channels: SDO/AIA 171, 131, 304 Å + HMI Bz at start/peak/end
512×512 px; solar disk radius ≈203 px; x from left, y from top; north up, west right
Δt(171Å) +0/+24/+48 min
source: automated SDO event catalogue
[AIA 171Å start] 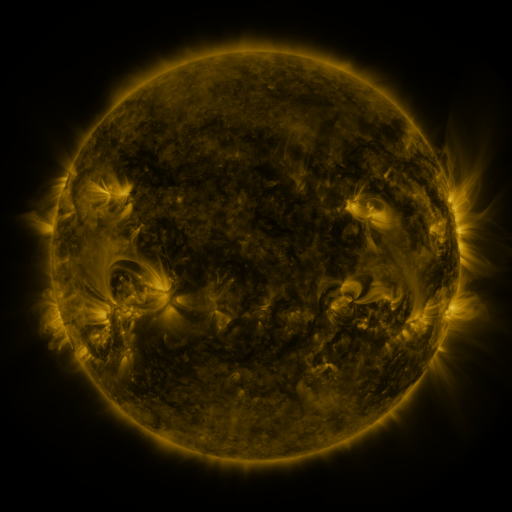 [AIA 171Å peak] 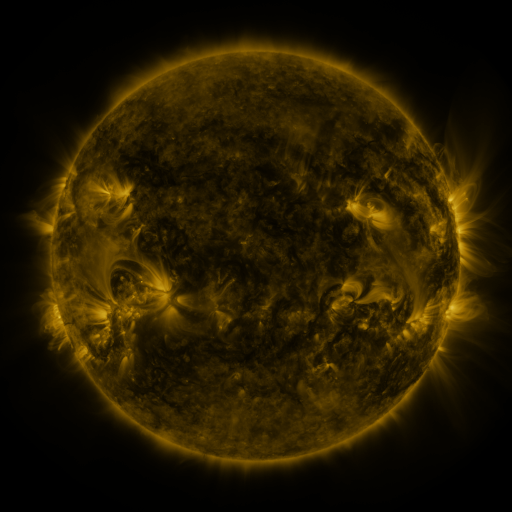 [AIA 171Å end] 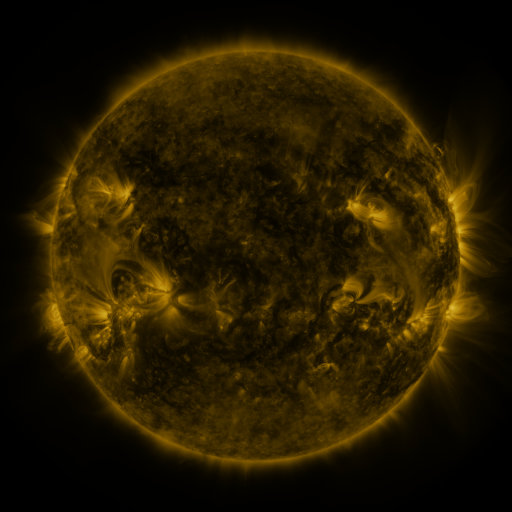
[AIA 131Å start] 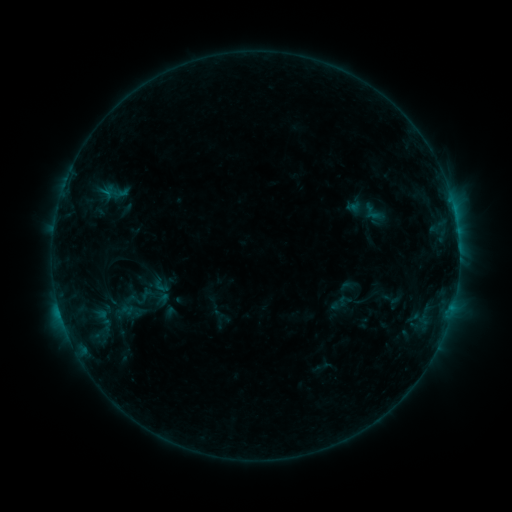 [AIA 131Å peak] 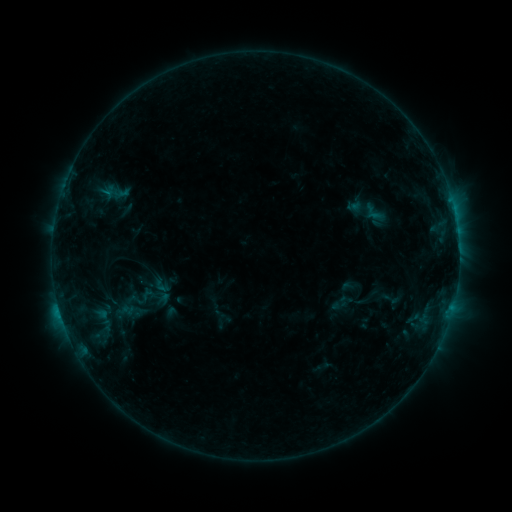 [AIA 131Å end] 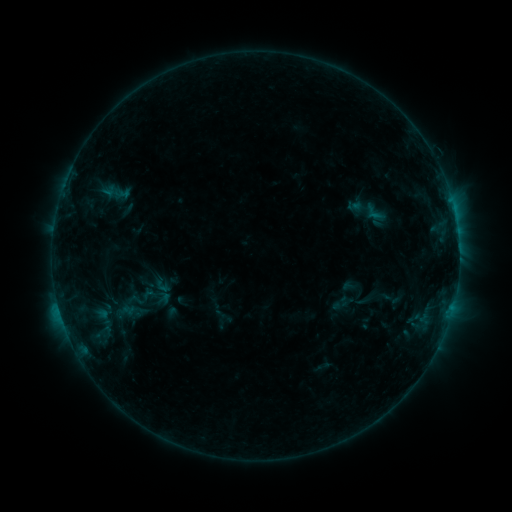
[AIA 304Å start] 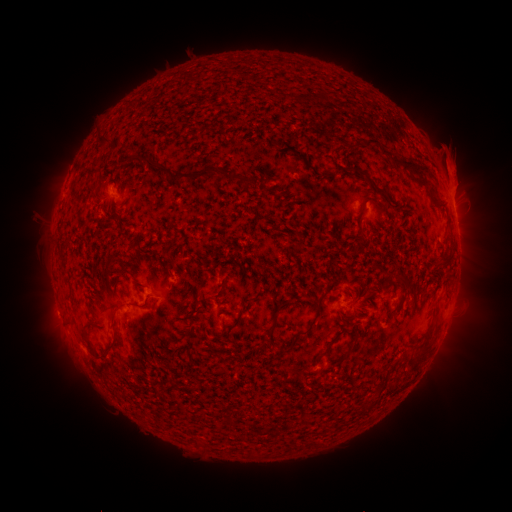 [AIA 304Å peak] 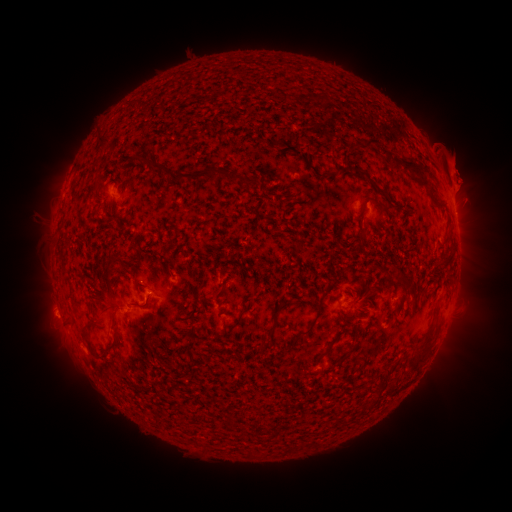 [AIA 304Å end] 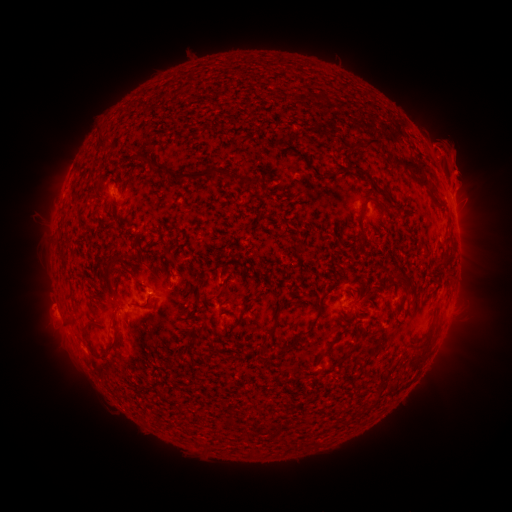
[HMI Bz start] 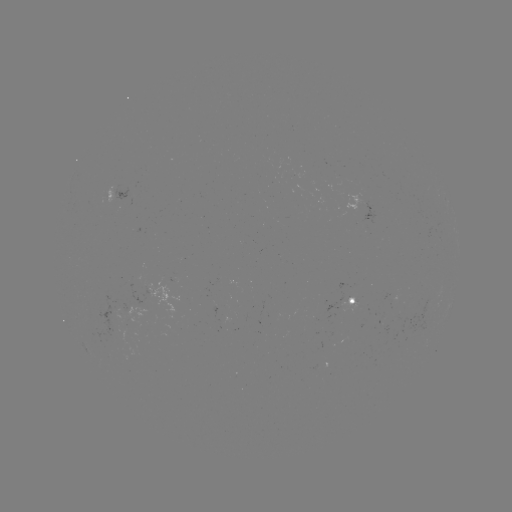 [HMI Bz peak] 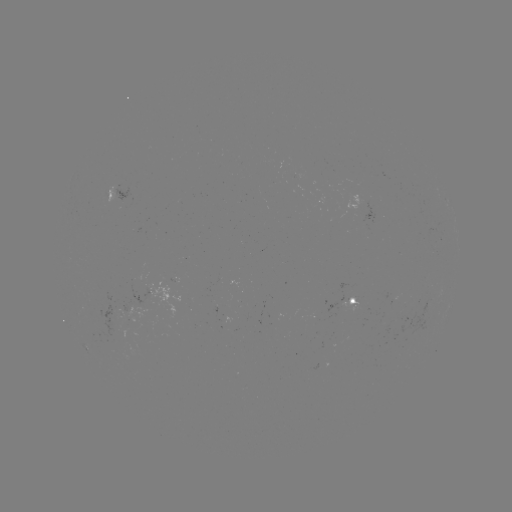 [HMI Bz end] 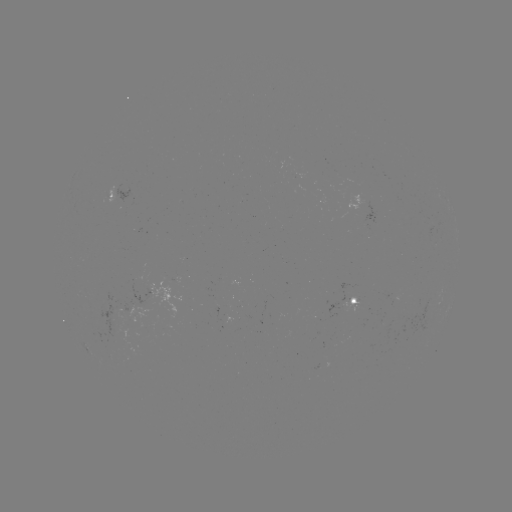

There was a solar eruption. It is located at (463, 178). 